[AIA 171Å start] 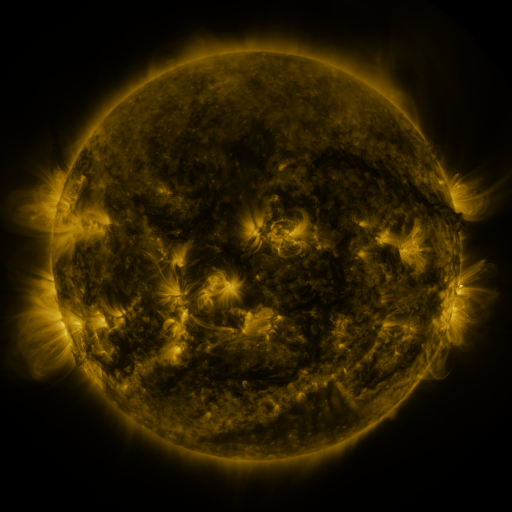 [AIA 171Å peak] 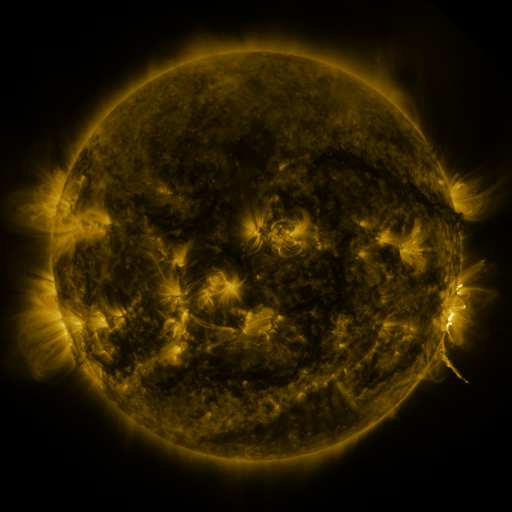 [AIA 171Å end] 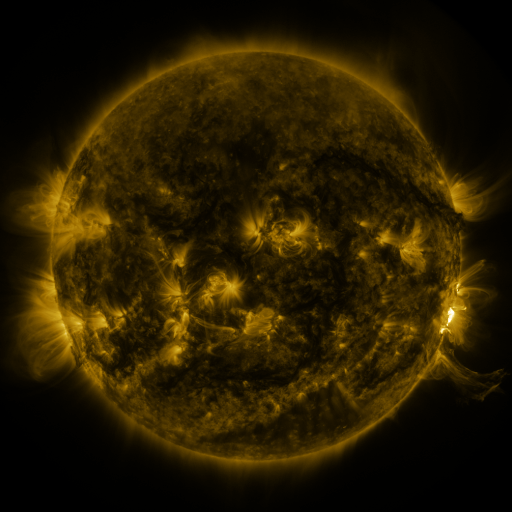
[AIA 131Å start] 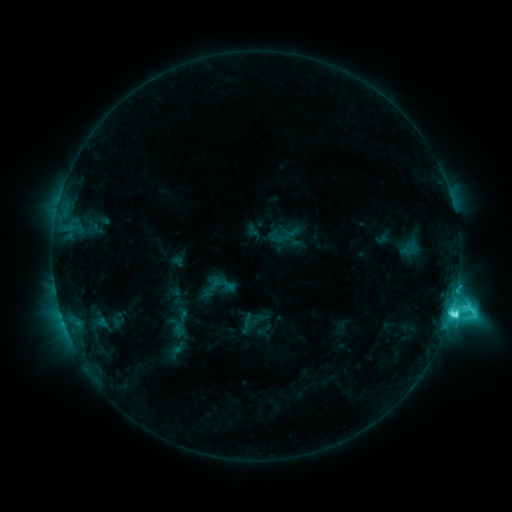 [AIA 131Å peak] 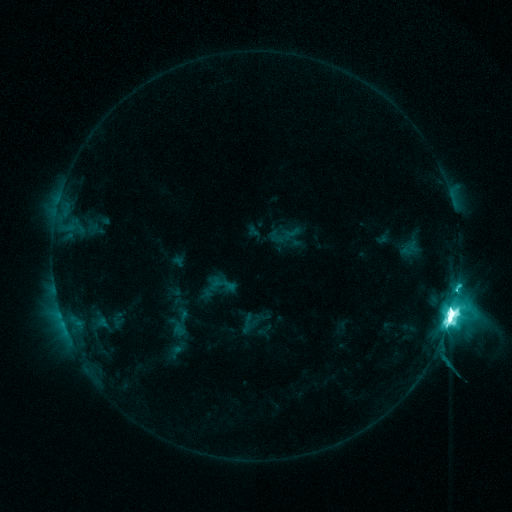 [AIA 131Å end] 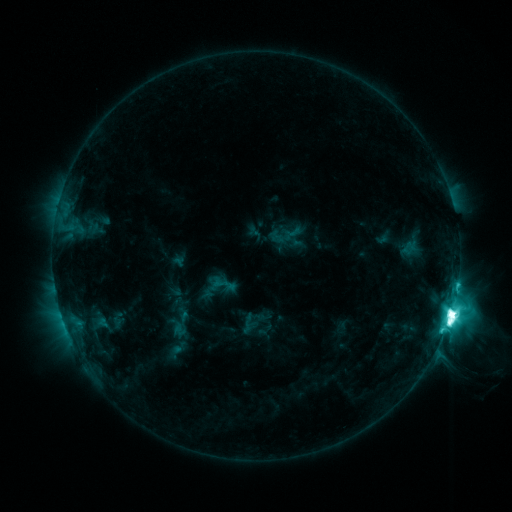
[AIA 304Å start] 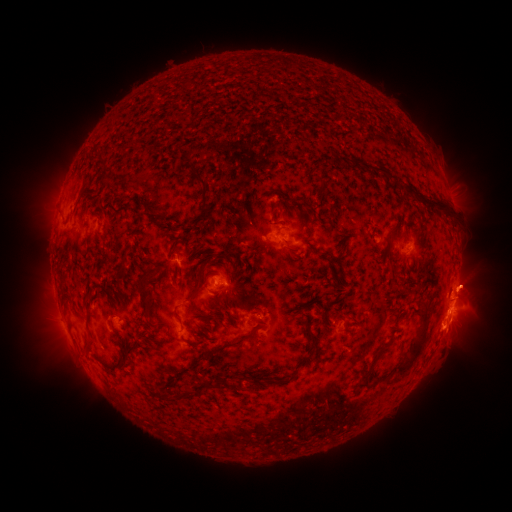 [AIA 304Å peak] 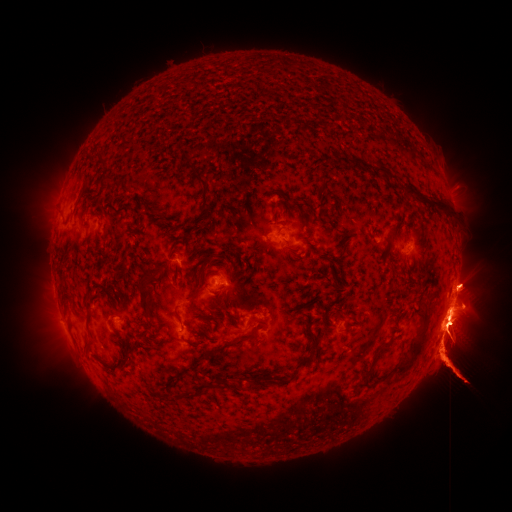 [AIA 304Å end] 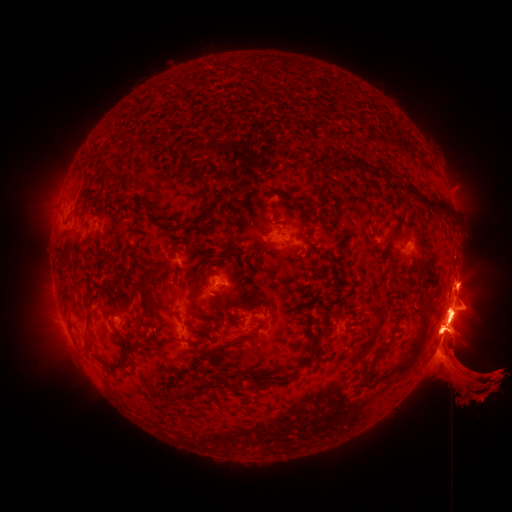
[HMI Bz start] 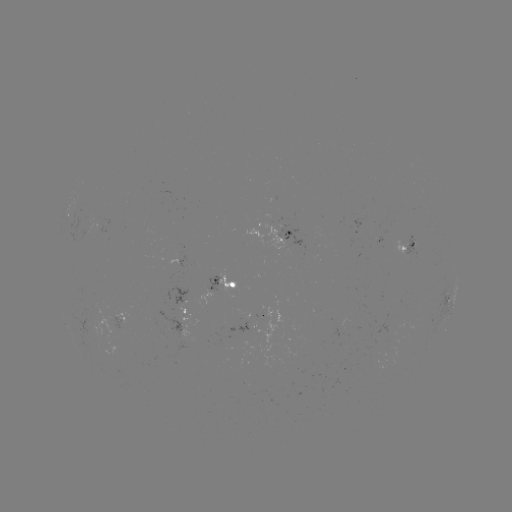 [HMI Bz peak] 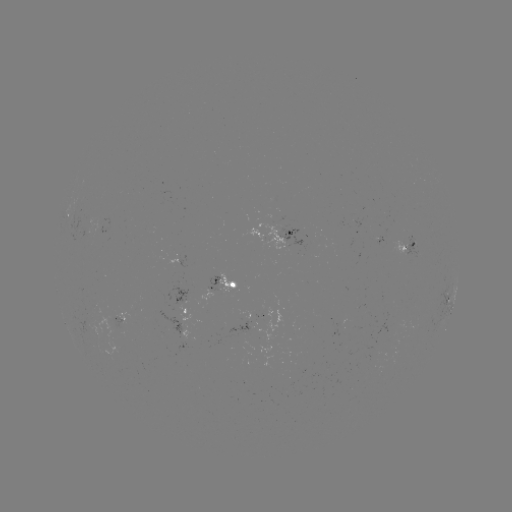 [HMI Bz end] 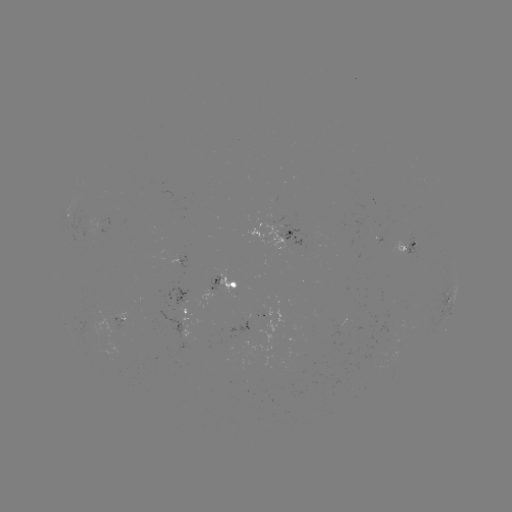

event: flare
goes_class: M7.3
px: (448, 318)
